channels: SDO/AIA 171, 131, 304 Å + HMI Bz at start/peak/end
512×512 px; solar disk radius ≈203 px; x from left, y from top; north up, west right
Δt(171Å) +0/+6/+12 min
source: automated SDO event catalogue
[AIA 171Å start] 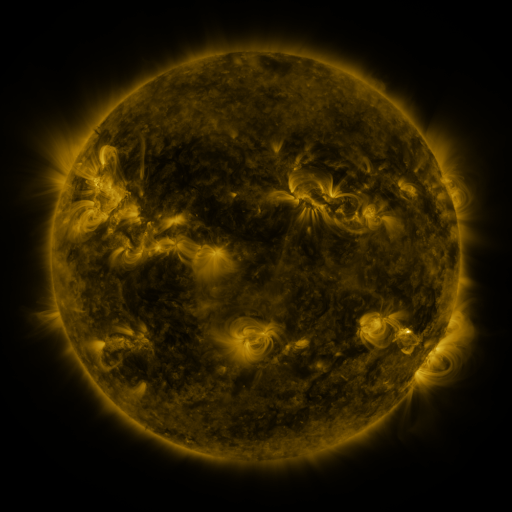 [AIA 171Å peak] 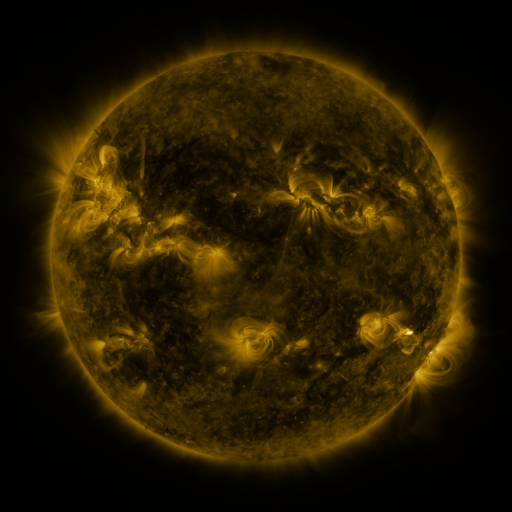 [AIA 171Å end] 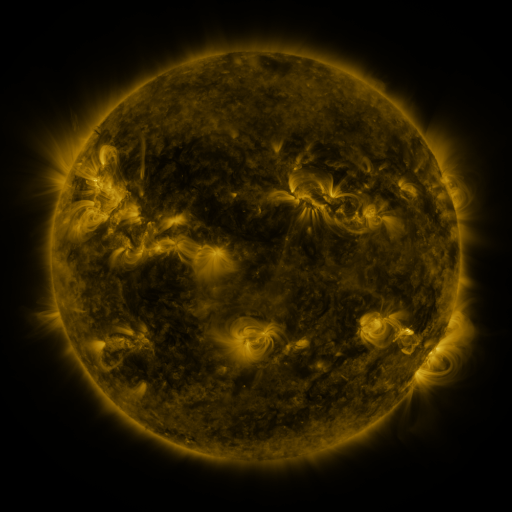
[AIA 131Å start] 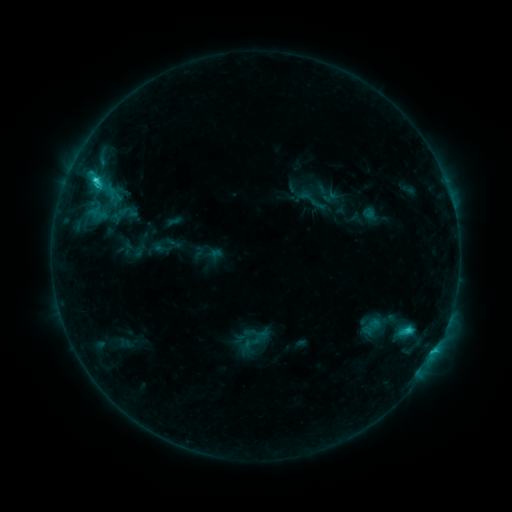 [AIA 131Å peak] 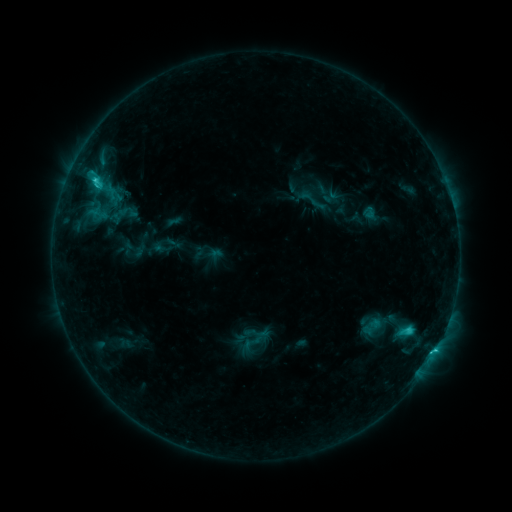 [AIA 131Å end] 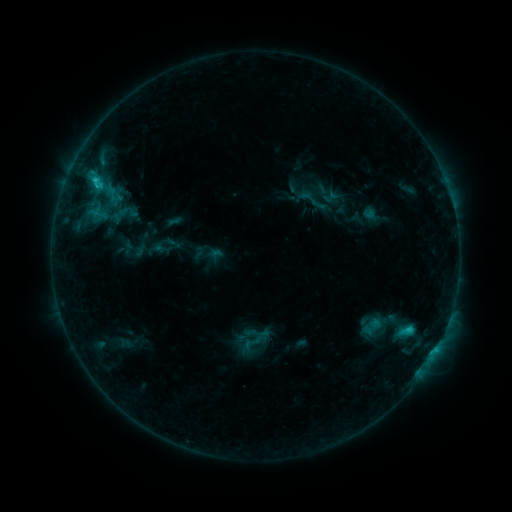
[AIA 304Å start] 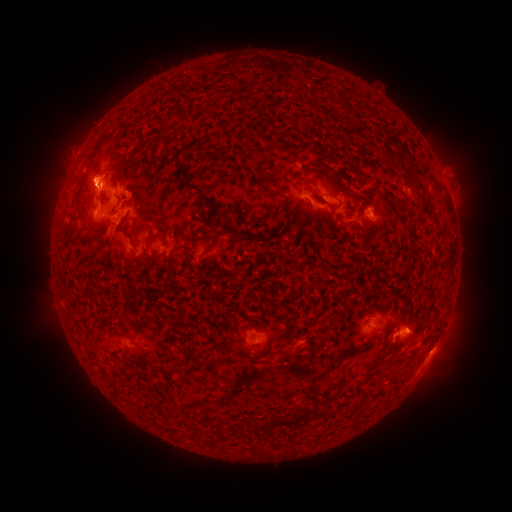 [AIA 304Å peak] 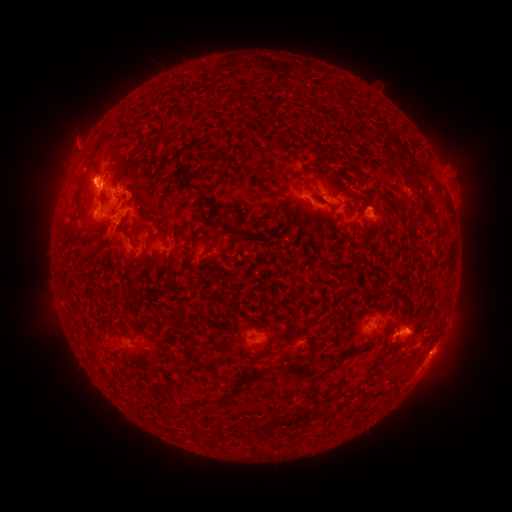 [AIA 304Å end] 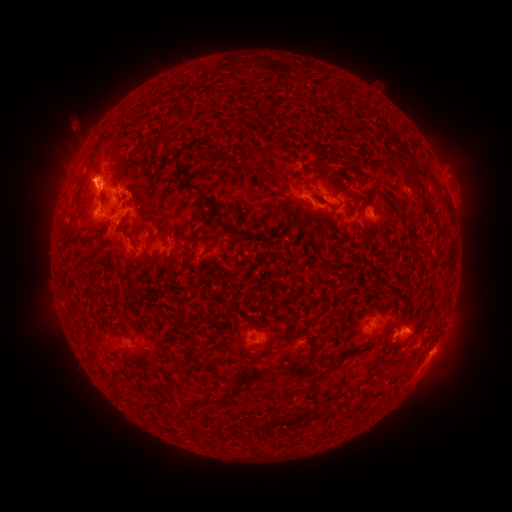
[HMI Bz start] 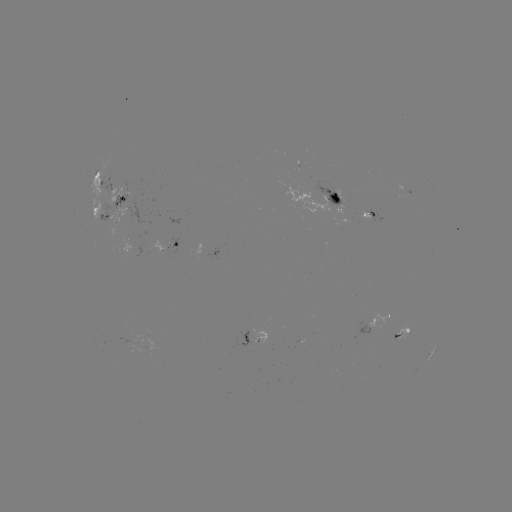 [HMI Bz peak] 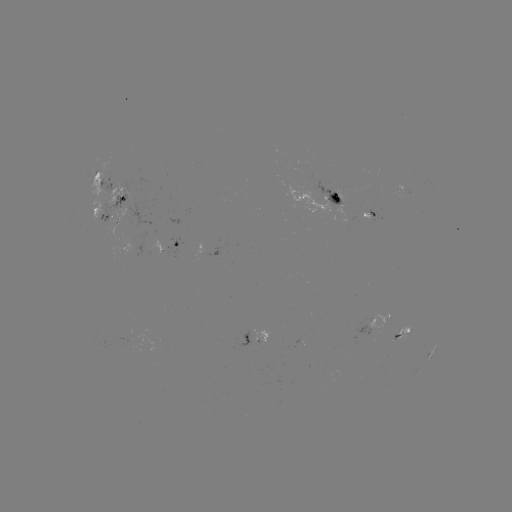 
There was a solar eruption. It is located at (75, 146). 